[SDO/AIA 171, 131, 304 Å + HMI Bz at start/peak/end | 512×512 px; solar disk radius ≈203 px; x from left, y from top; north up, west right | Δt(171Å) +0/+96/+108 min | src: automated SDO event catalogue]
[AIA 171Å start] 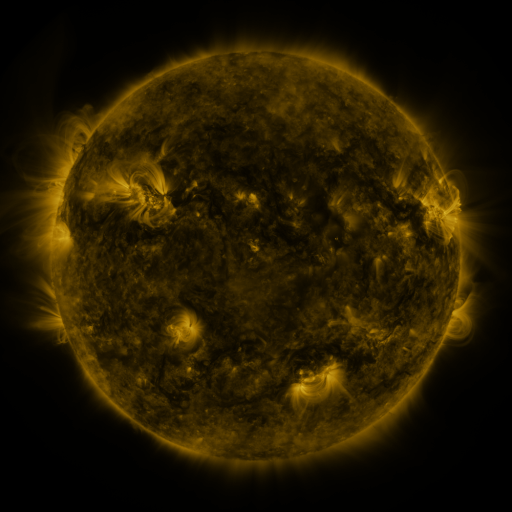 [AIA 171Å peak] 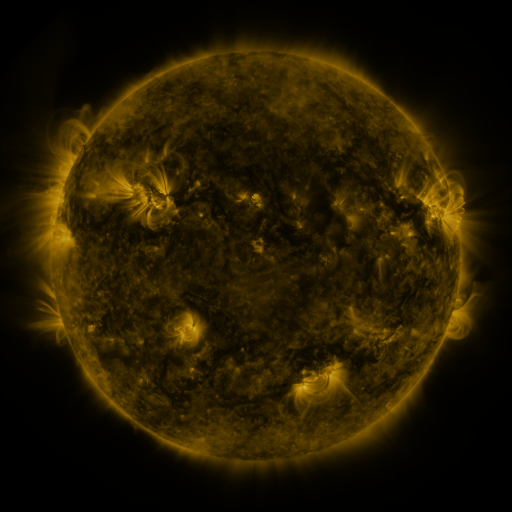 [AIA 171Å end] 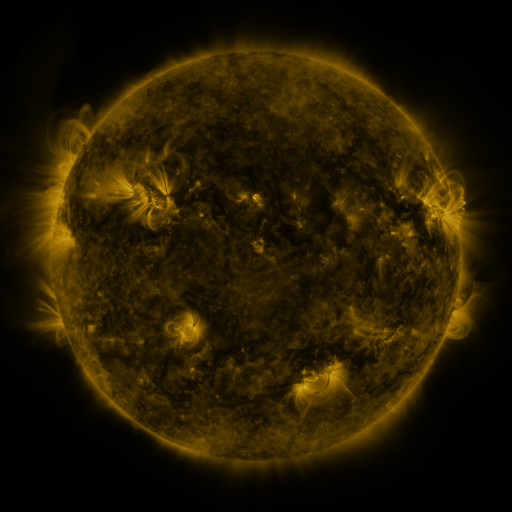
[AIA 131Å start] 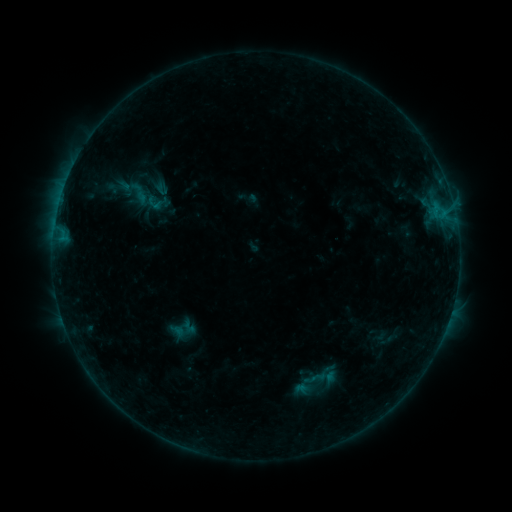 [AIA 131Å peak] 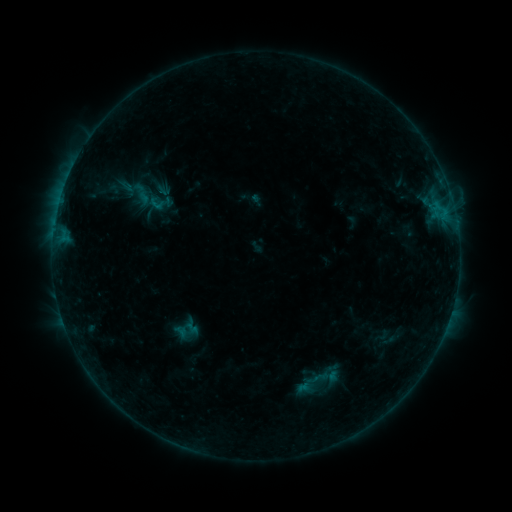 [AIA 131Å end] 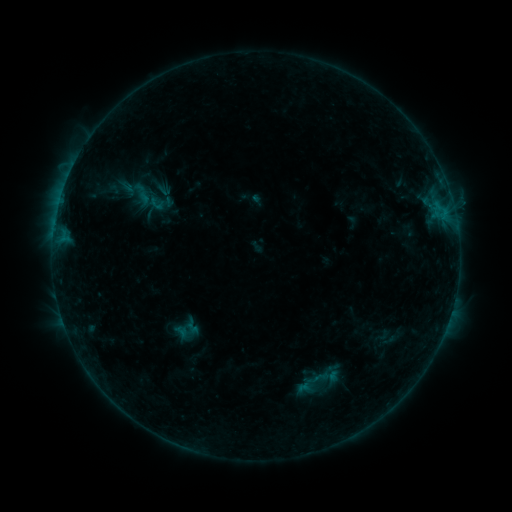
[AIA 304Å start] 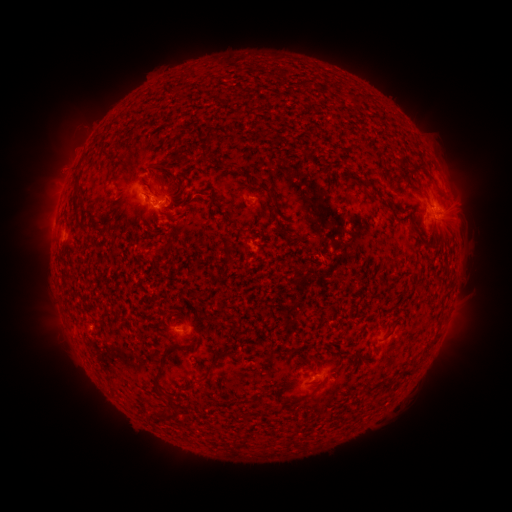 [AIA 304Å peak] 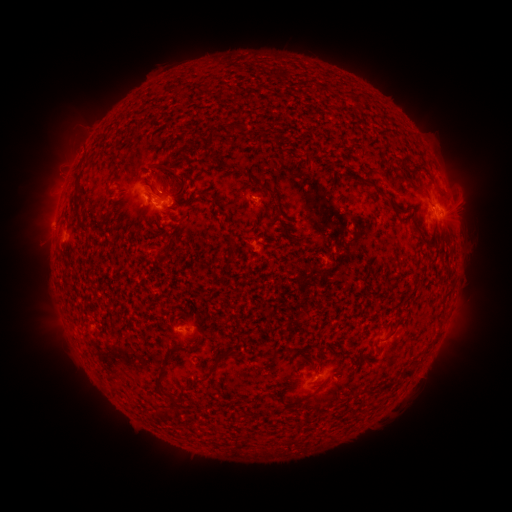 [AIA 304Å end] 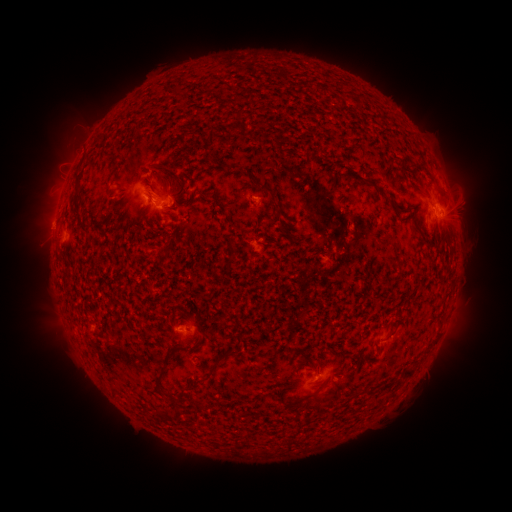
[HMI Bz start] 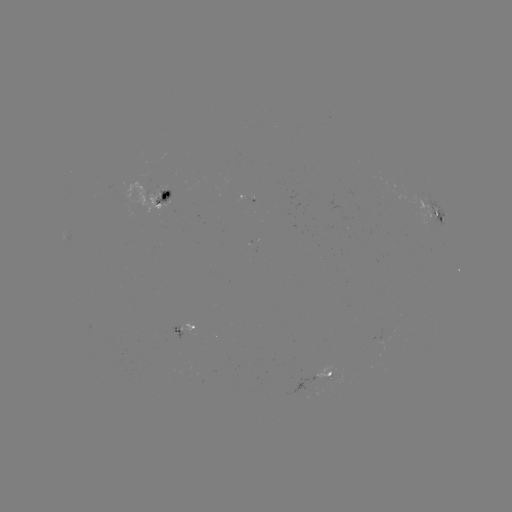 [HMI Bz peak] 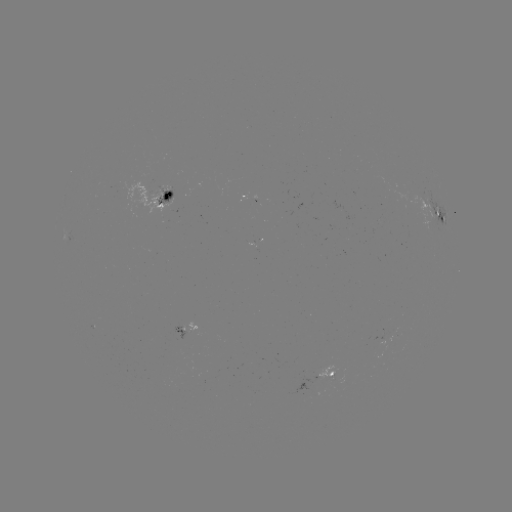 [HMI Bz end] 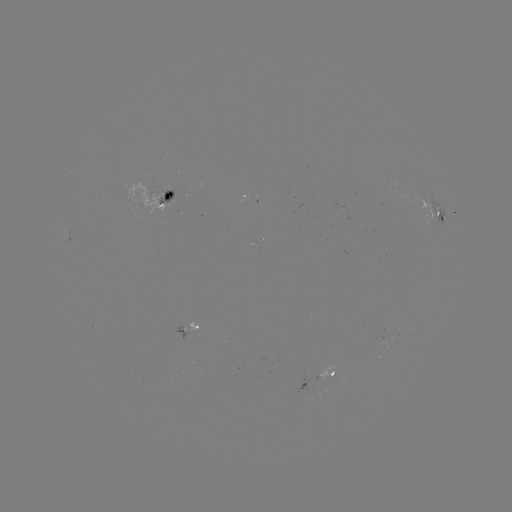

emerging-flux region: (156, 187, 173, 205)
